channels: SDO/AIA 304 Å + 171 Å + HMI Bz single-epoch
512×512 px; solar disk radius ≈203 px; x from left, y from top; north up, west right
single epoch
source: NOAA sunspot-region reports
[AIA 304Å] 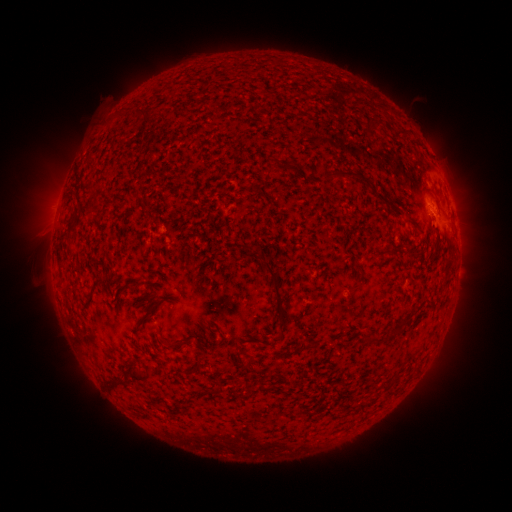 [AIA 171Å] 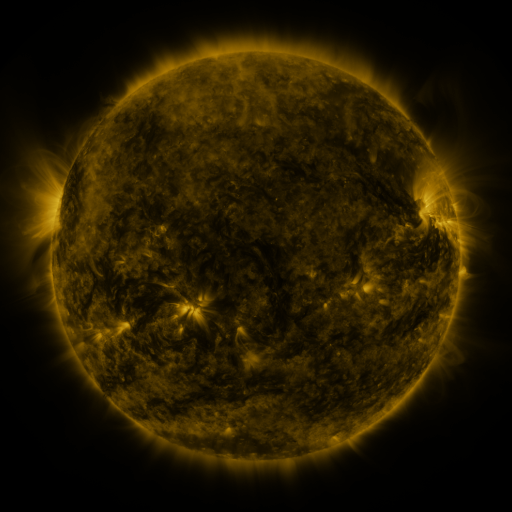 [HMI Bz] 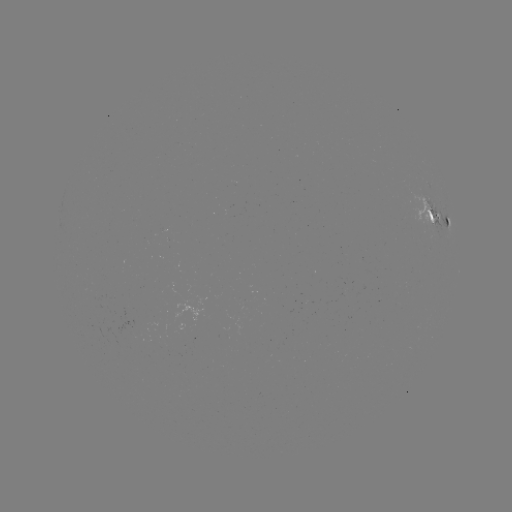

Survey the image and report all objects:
spotted active region: (434, 213)
